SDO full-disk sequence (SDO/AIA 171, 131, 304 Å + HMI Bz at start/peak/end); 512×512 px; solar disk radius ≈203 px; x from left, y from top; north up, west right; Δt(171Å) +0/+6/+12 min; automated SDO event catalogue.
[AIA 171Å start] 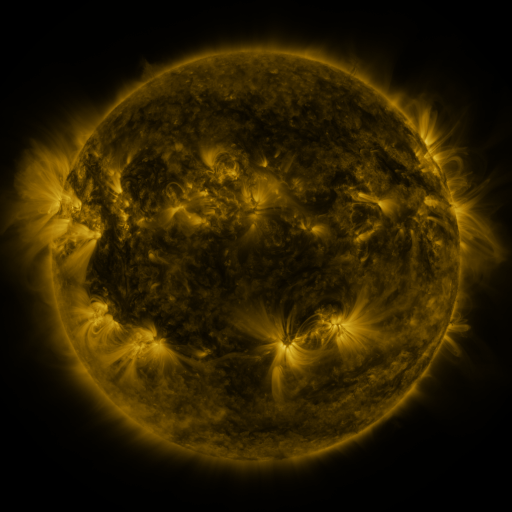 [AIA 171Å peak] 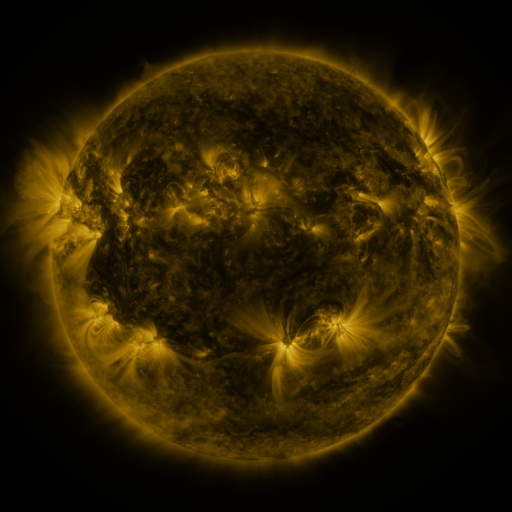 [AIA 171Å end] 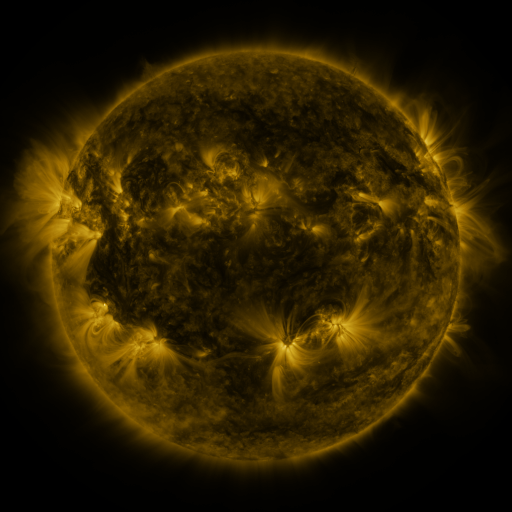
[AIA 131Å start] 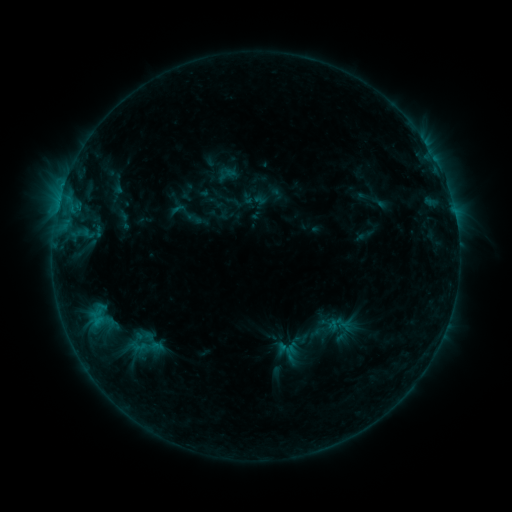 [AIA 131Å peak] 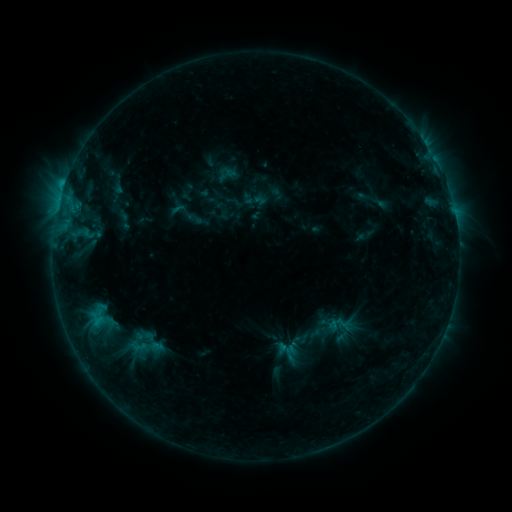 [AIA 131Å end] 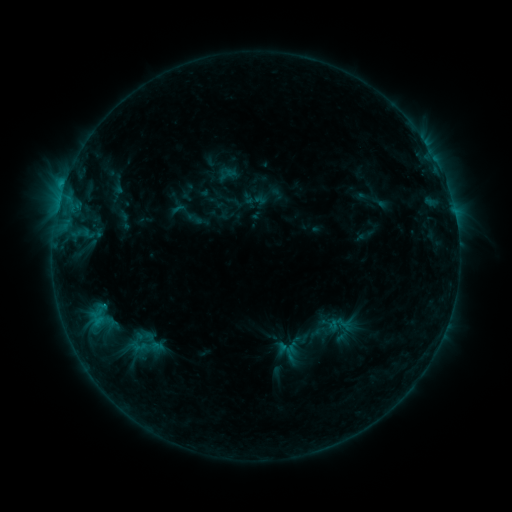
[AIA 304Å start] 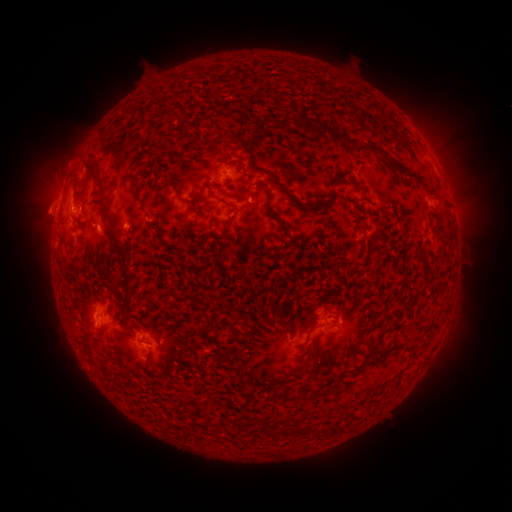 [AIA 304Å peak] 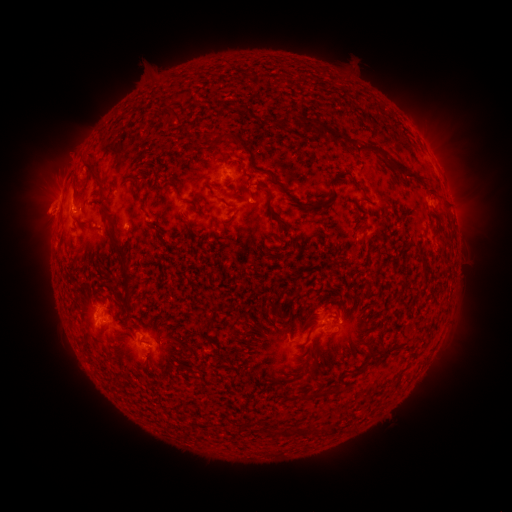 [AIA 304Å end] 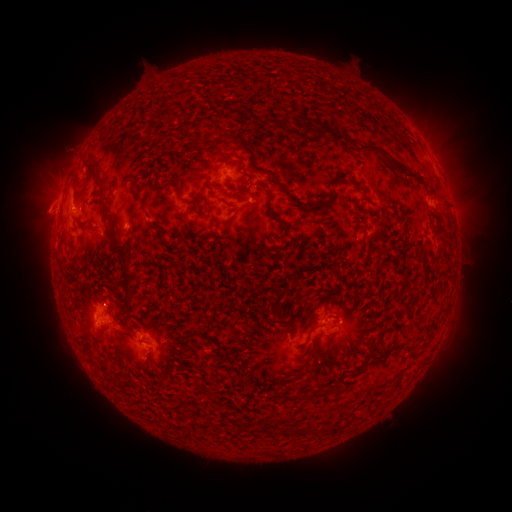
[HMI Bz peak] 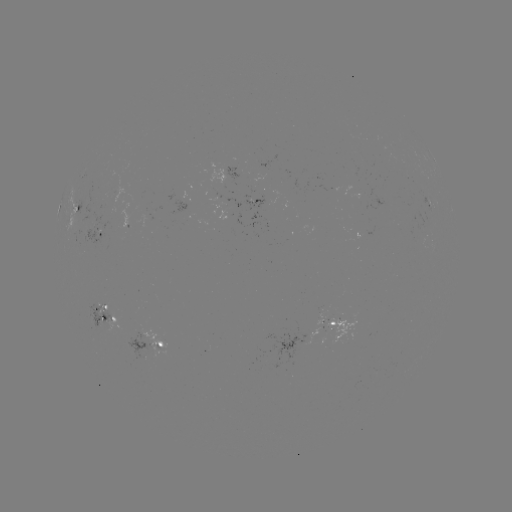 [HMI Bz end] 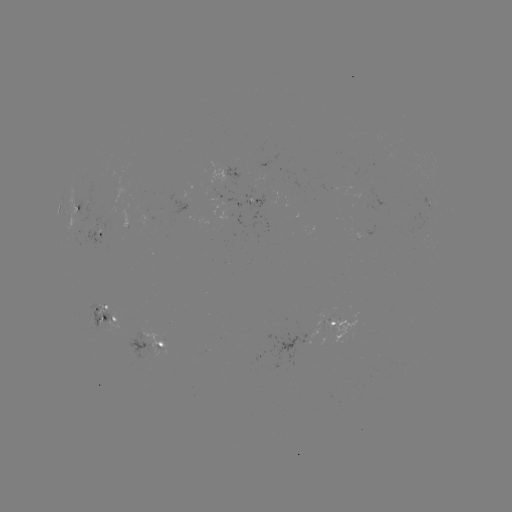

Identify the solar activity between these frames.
eruption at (69, 153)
